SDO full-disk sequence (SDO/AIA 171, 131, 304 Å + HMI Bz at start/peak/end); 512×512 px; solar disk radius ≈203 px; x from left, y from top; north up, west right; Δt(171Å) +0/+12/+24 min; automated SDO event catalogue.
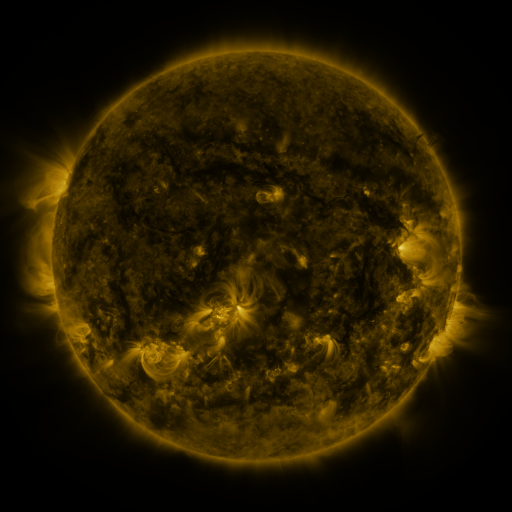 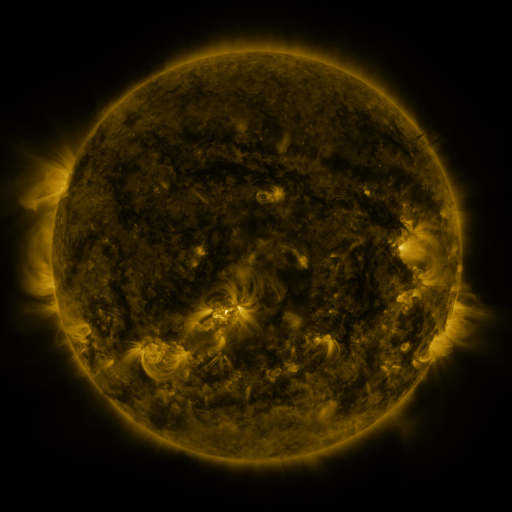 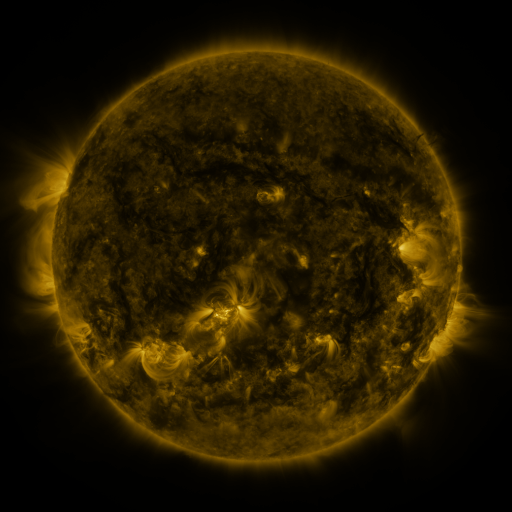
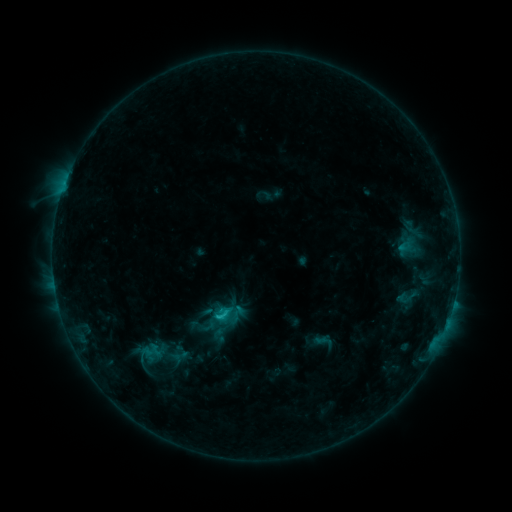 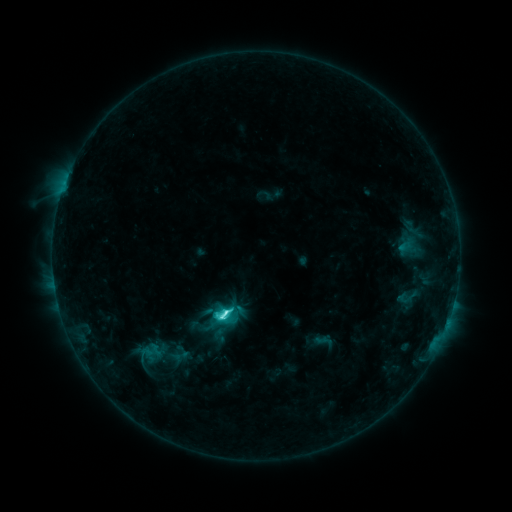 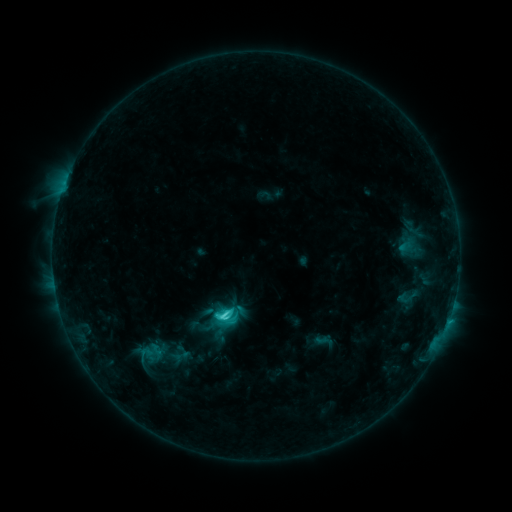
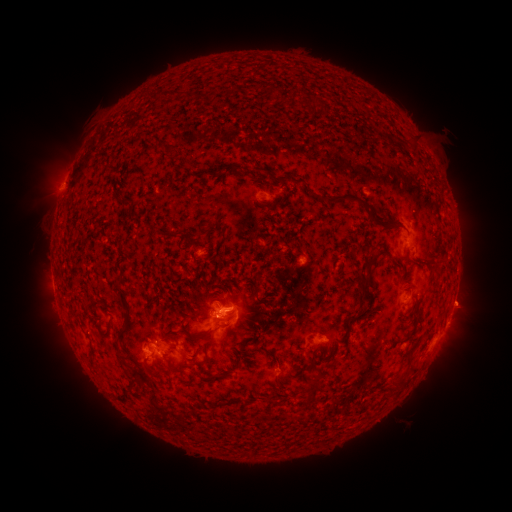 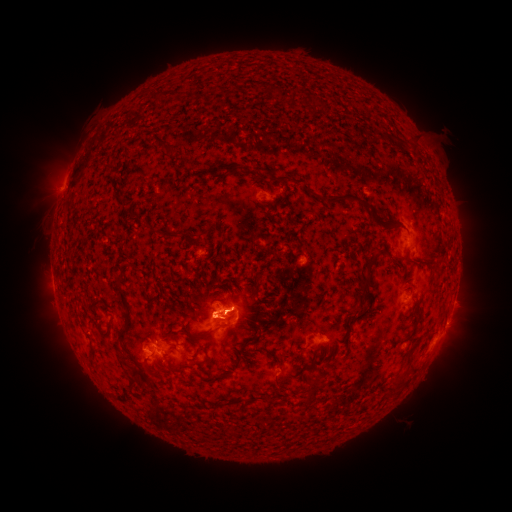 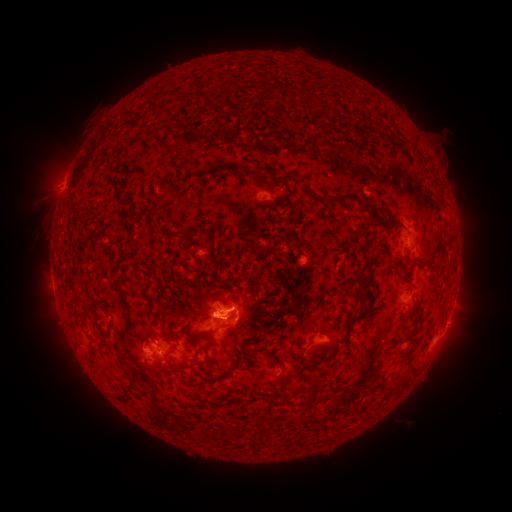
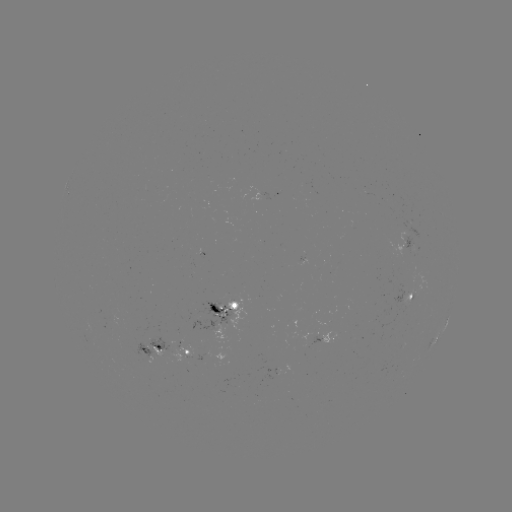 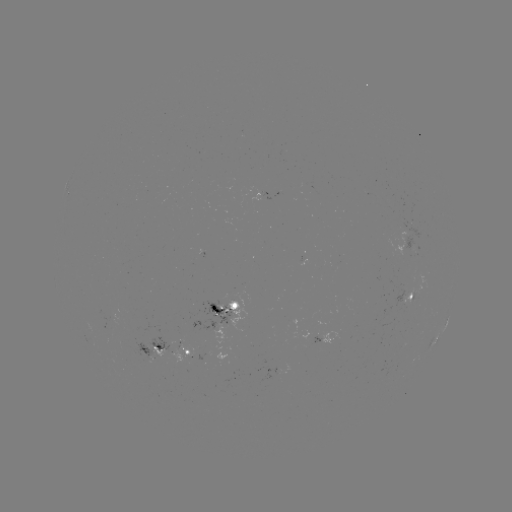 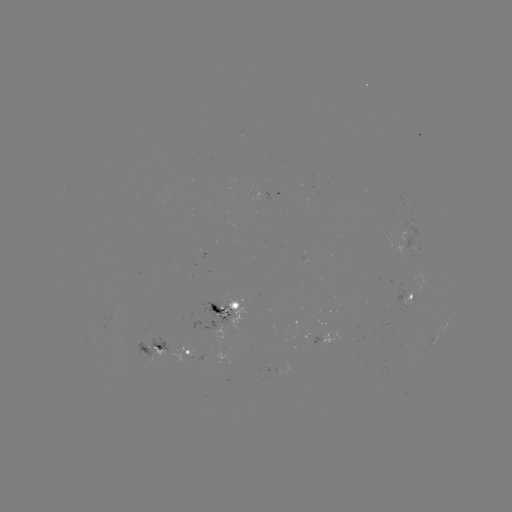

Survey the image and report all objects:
C6.3 flare: (228, 312)
